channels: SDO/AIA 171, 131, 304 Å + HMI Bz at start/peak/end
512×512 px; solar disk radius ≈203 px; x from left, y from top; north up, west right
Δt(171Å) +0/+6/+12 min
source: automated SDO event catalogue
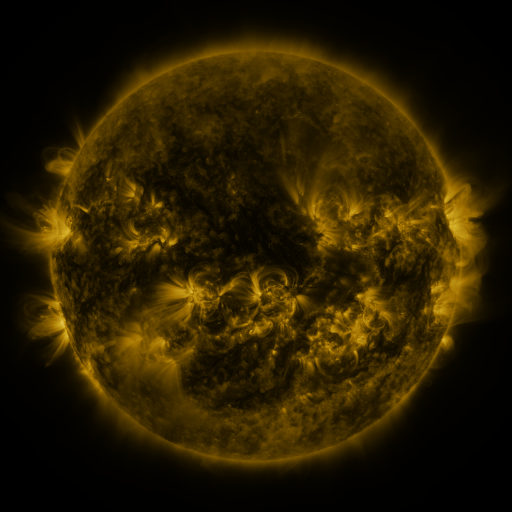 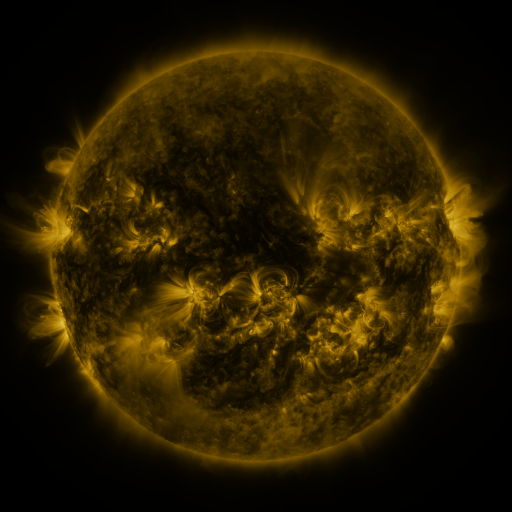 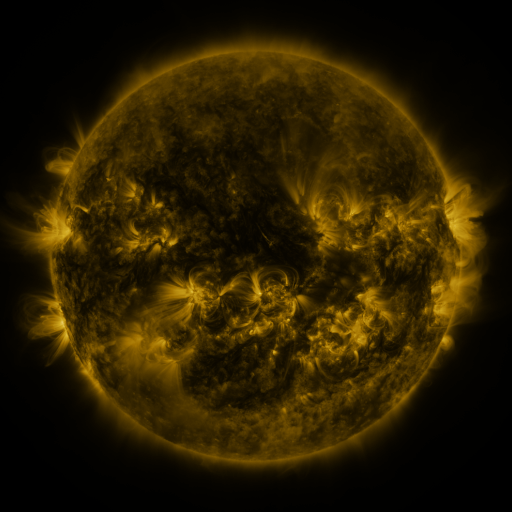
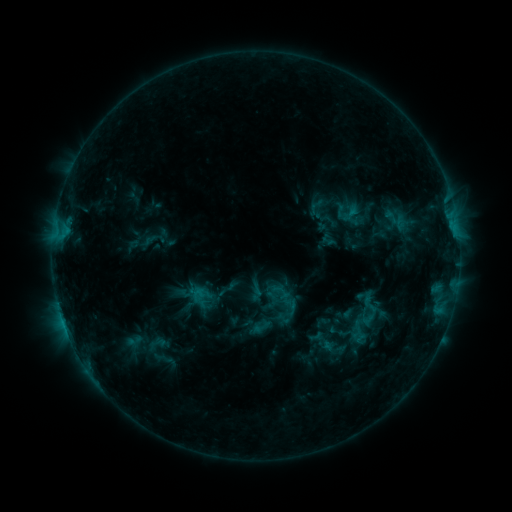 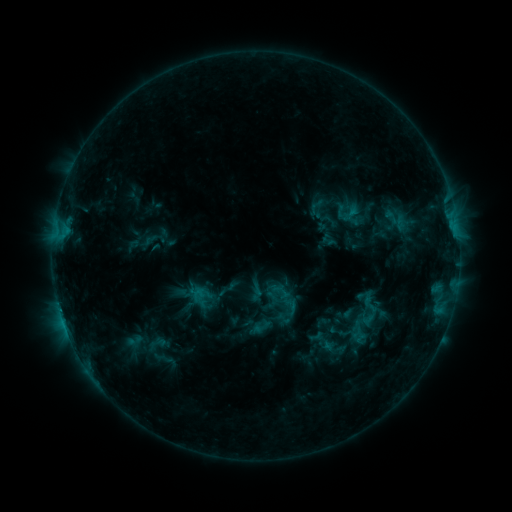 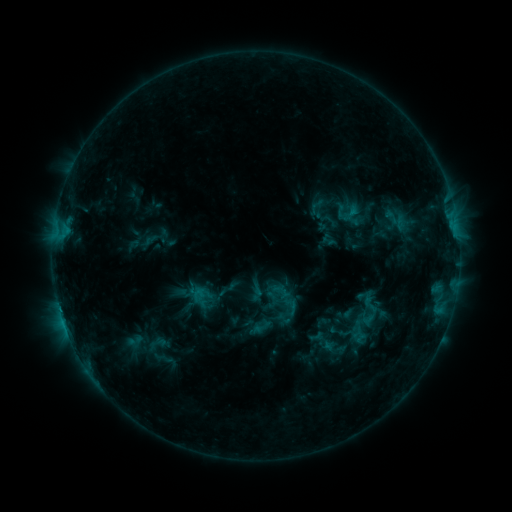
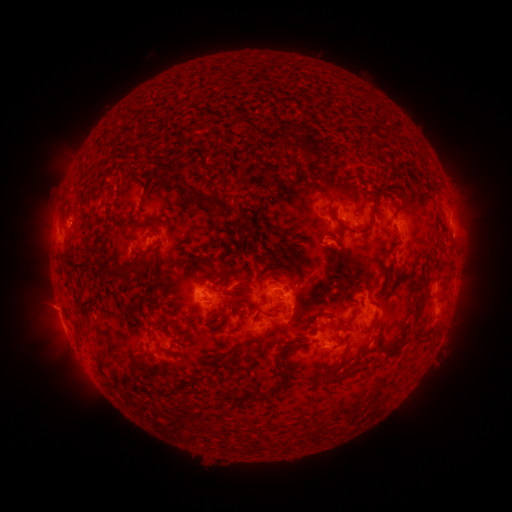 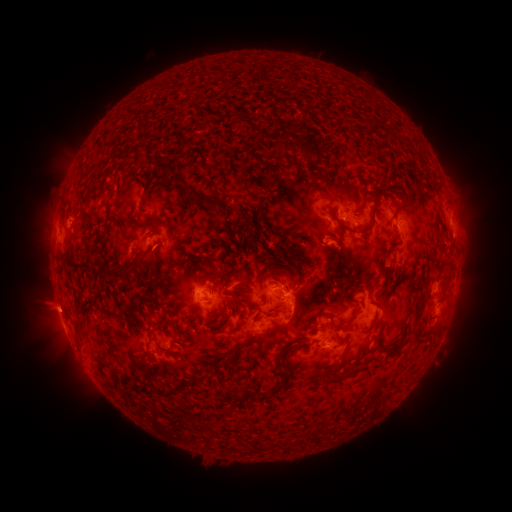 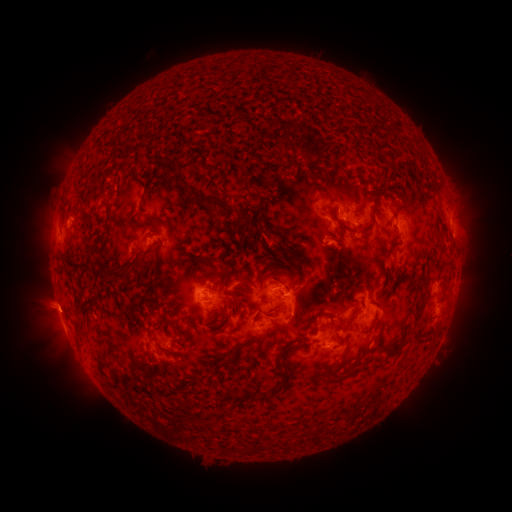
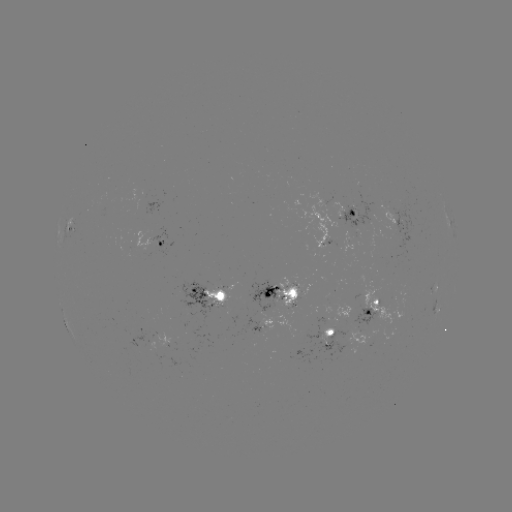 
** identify eruption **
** (45, 305) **